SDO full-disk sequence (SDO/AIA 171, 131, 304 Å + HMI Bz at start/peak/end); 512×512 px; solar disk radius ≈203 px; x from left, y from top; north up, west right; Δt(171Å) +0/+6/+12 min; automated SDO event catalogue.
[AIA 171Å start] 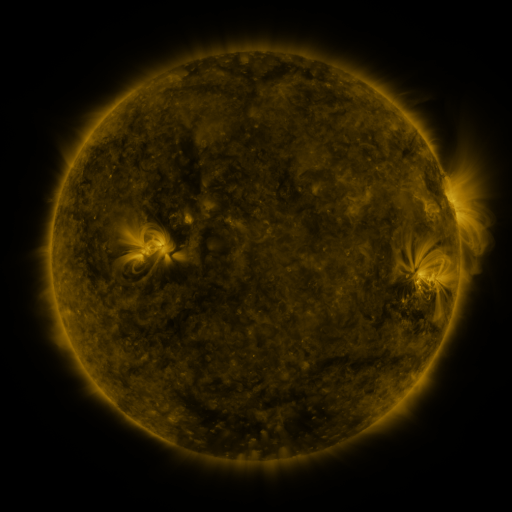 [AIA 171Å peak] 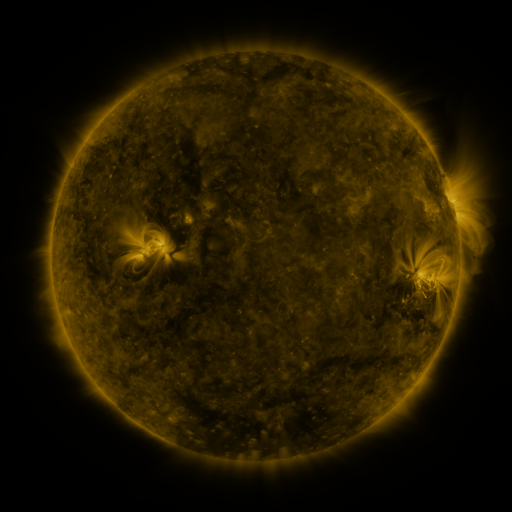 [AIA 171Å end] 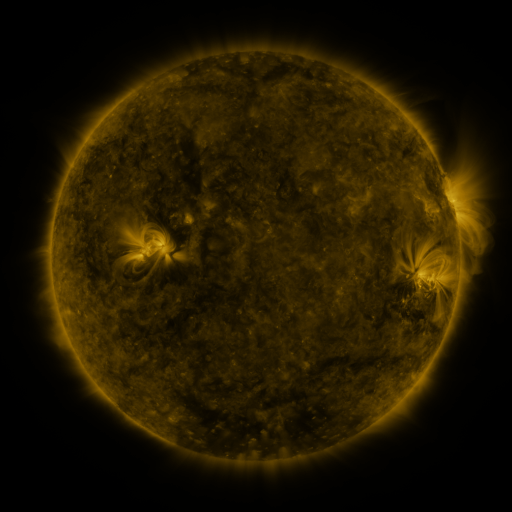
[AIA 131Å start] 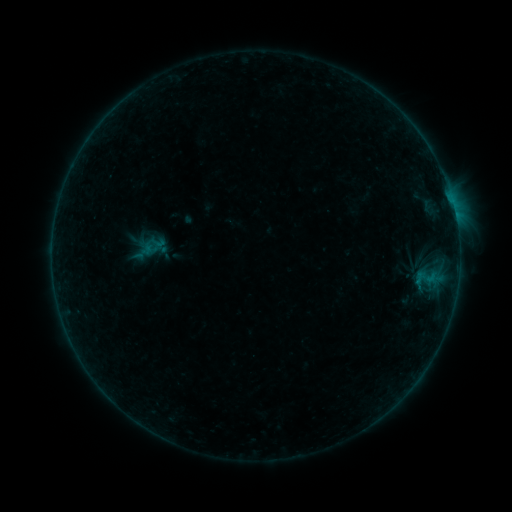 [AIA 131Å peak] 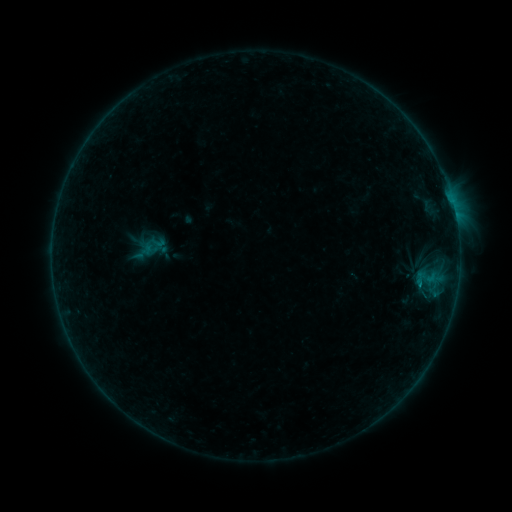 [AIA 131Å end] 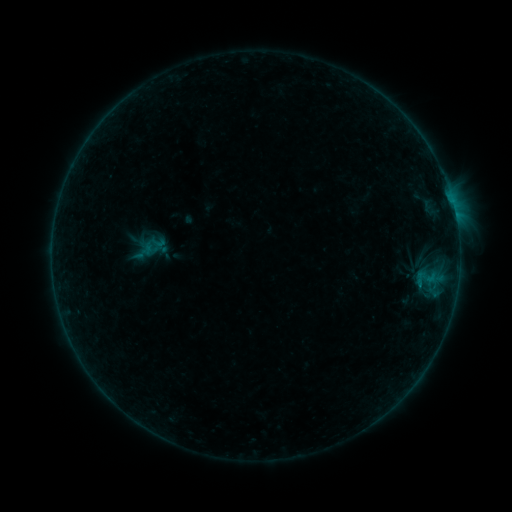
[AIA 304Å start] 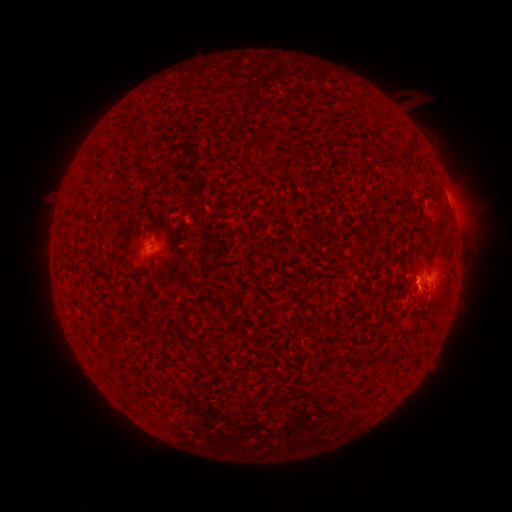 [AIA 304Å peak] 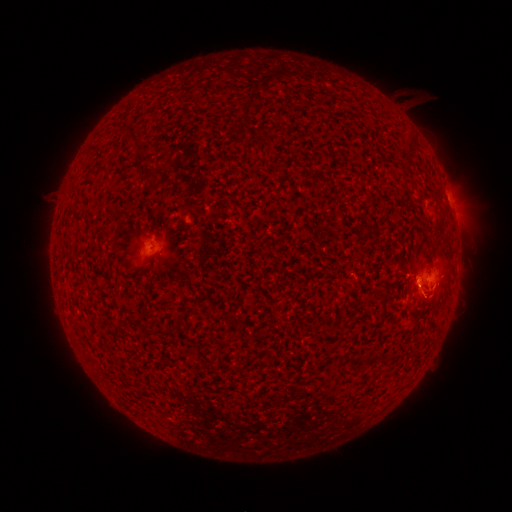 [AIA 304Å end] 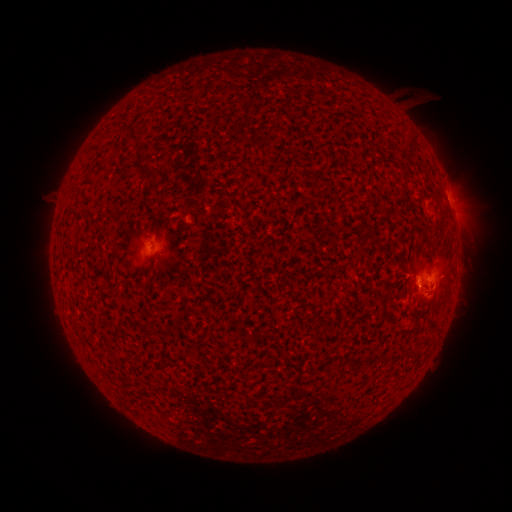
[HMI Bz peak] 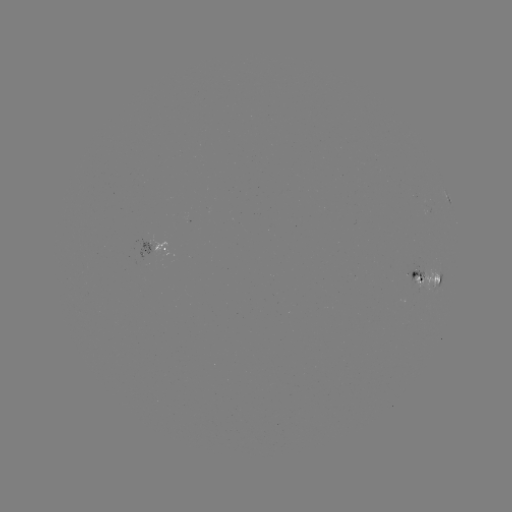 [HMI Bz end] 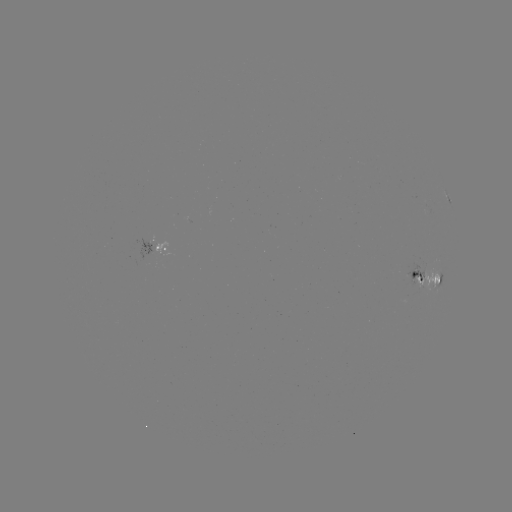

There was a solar flare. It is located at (419, 282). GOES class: B4.3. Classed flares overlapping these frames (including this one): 1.